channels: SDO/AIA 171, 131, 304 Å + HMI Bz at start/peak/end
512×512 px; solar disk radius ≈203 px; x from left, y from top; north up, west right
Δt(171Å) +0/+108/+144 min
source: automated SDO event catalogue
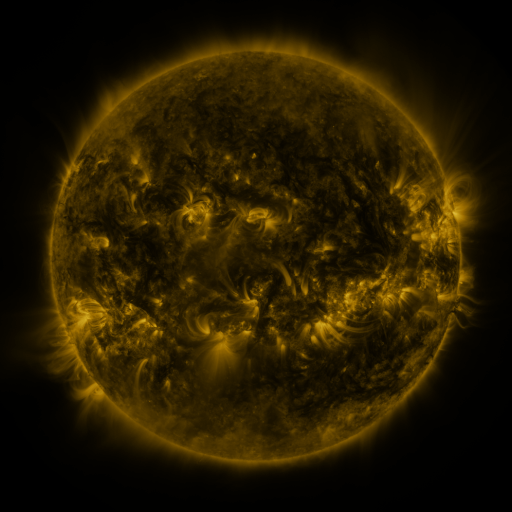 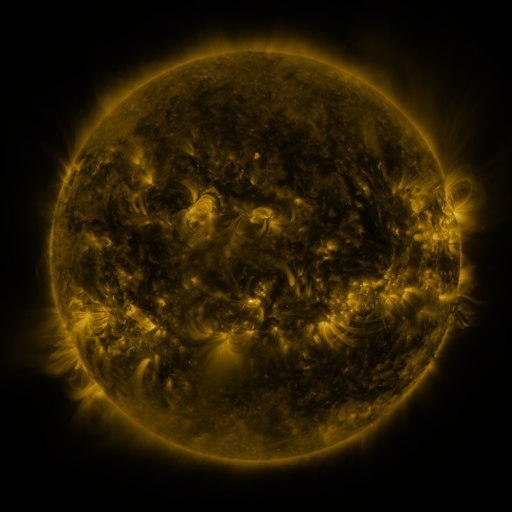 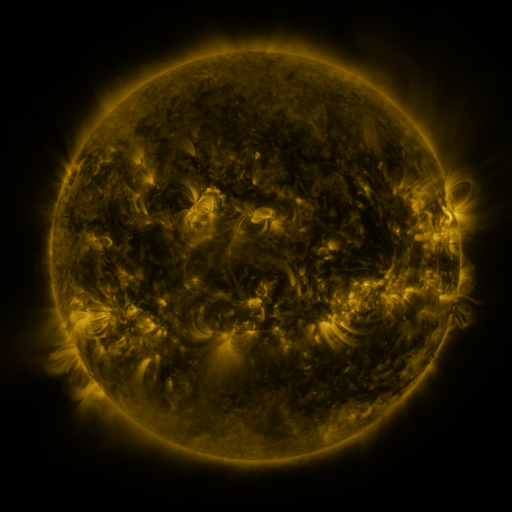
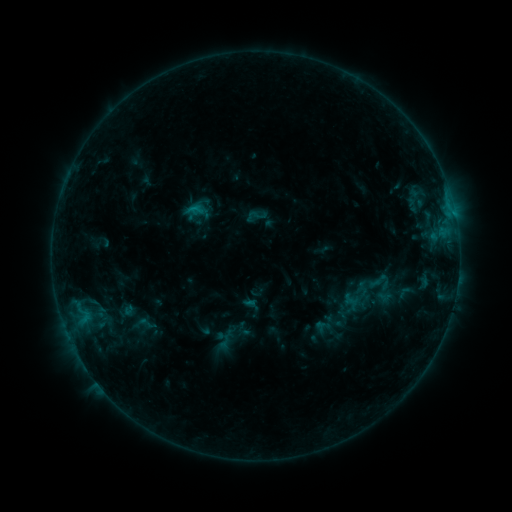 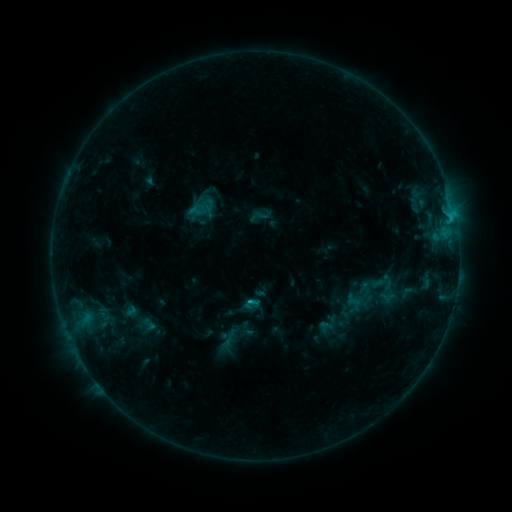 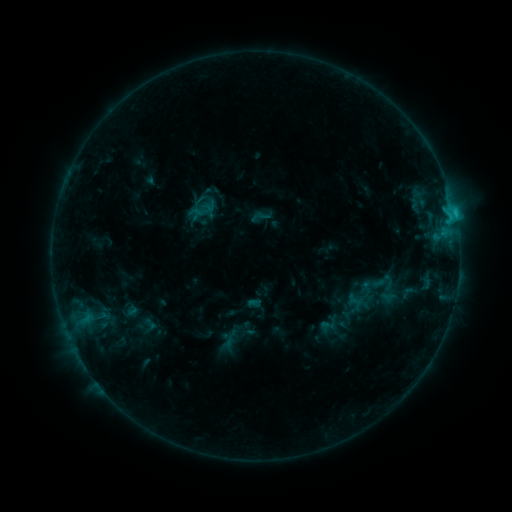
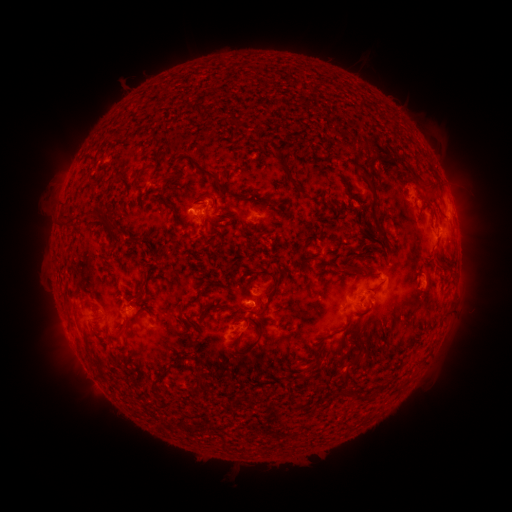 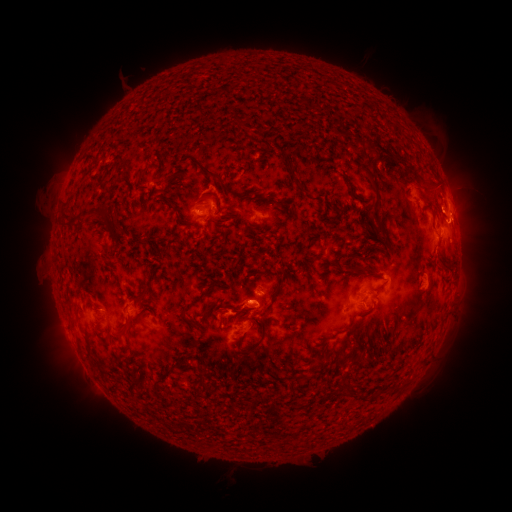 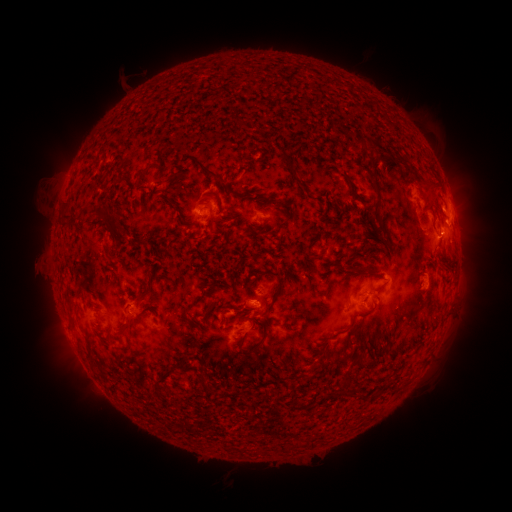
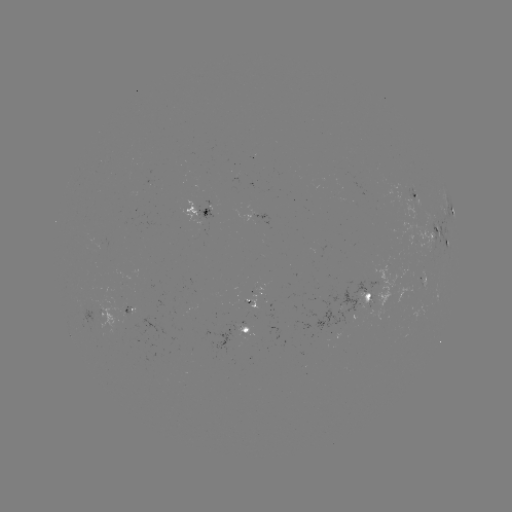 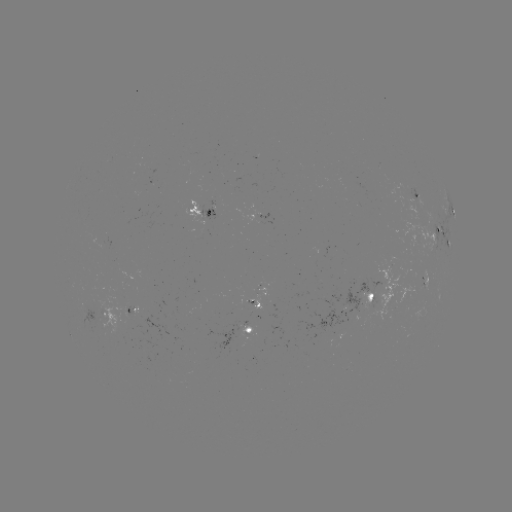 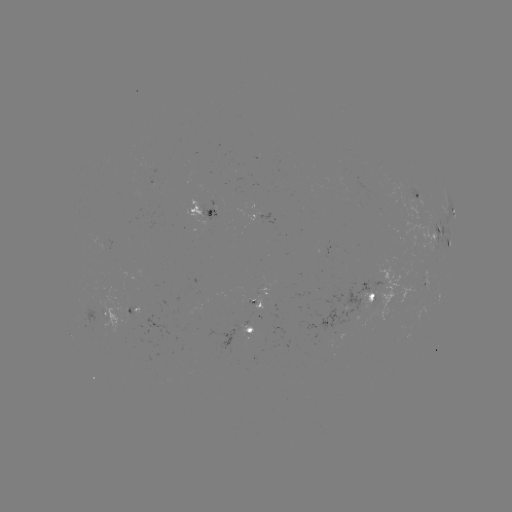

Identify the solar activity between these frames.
emerging-flux region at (372, 299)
